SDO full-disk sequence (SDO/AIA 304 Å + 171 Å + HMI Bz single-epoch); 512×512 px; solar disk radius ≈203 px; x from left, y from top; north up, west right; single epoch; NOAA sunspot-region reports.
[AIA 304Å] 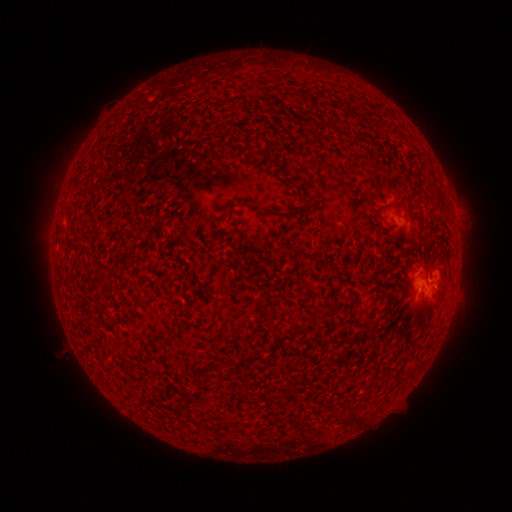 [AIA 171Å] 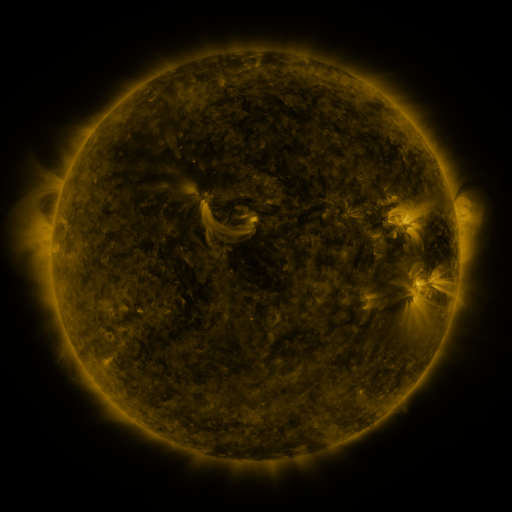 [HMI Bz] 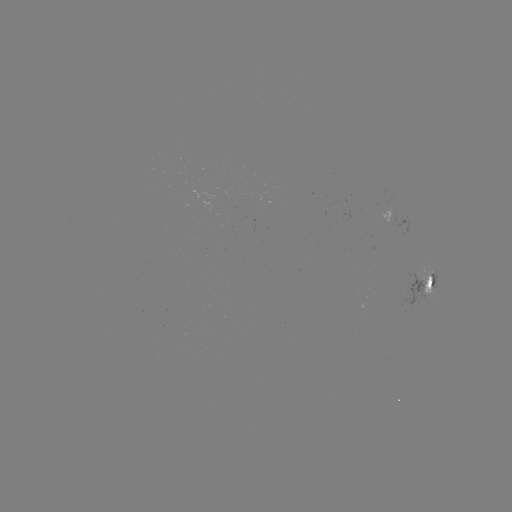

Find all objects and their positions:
spotted active region: (401, 220)
spotted active region: (426, 282)
